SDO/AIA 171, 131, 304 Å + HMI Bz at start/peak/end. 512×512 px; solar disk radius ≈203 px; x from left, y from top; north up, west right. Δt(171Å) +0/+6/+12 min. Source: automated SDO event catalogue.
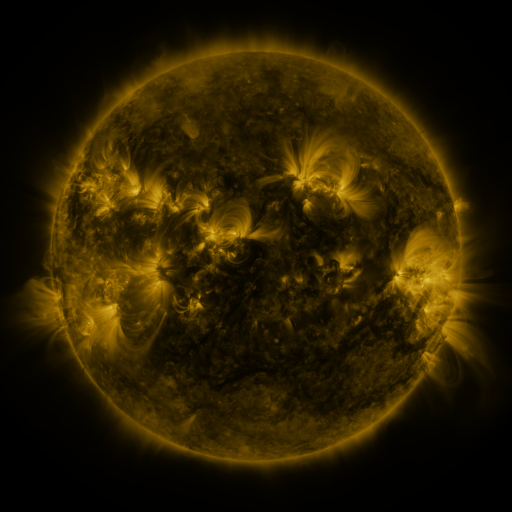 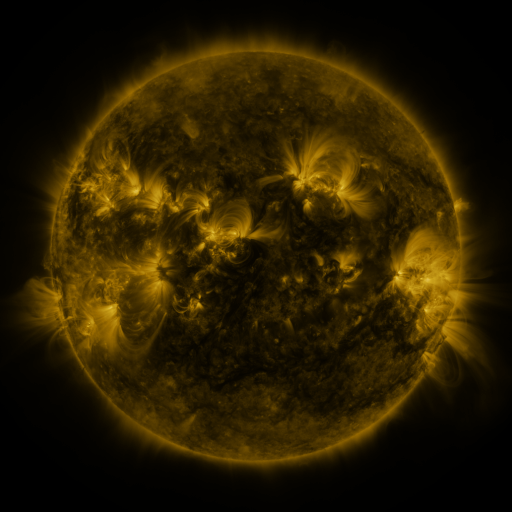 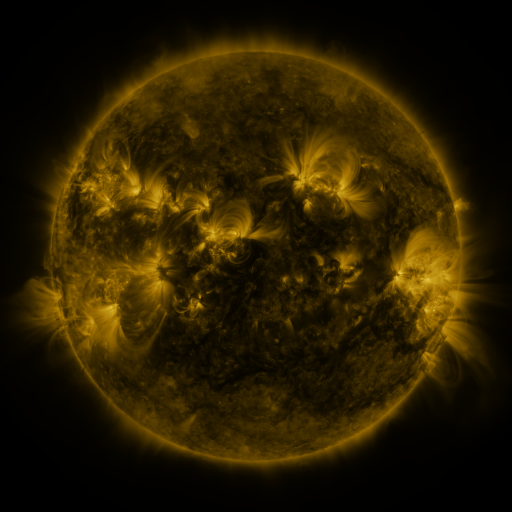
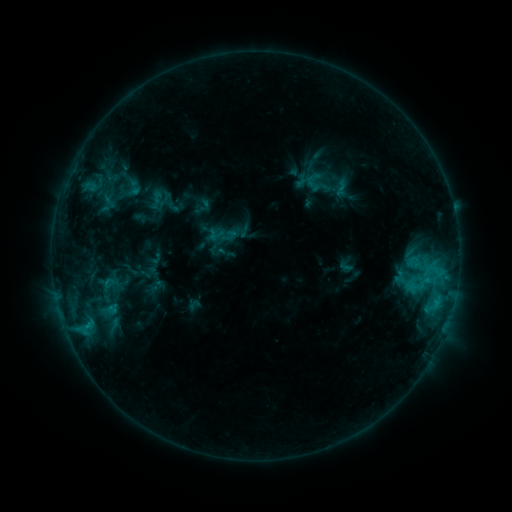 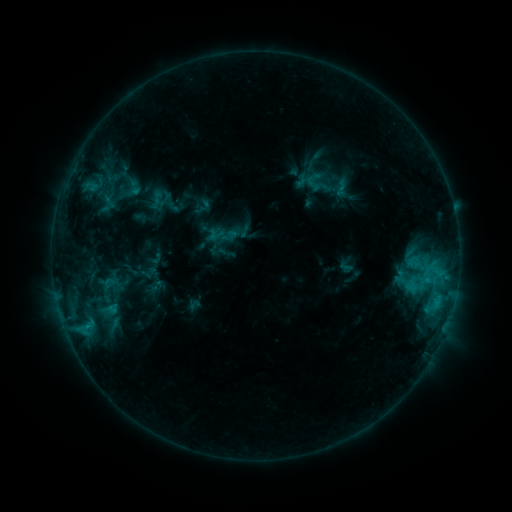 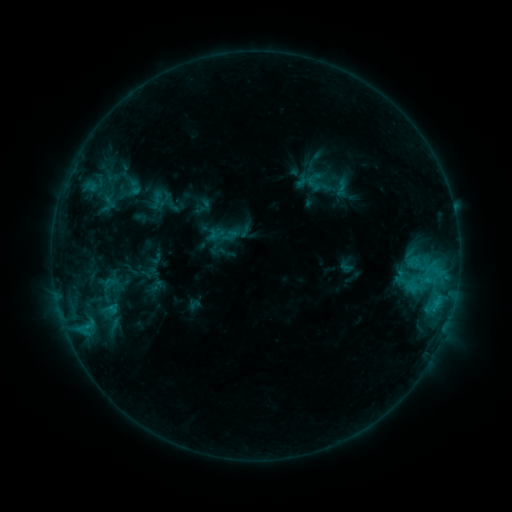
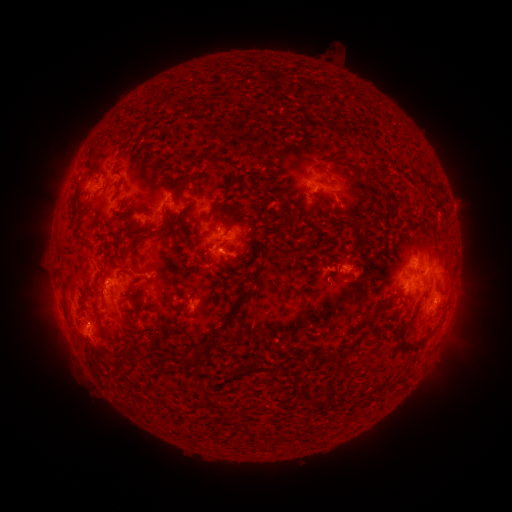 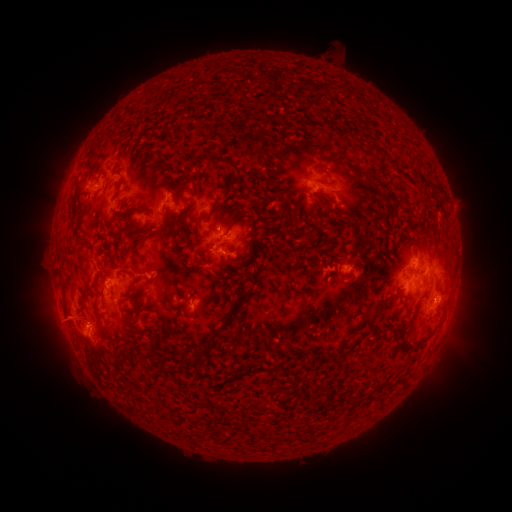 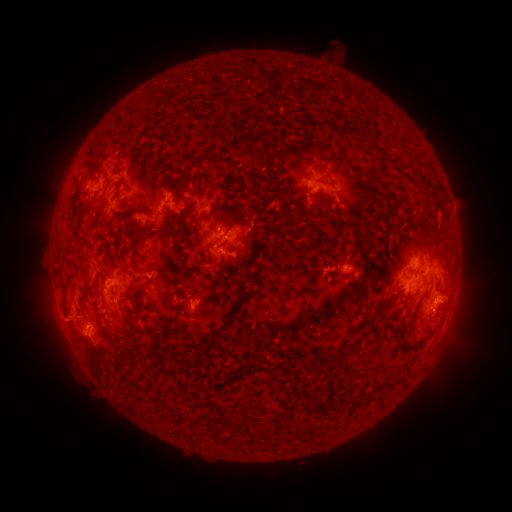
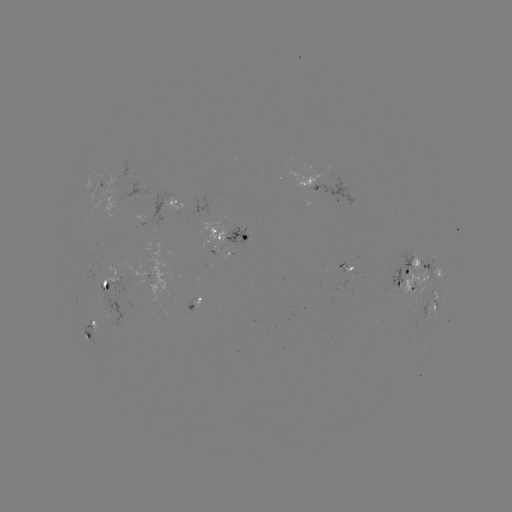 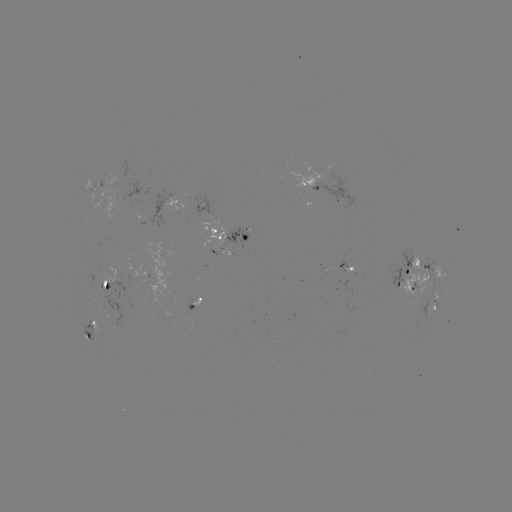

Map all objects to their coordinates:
eruption: (63, 322)
